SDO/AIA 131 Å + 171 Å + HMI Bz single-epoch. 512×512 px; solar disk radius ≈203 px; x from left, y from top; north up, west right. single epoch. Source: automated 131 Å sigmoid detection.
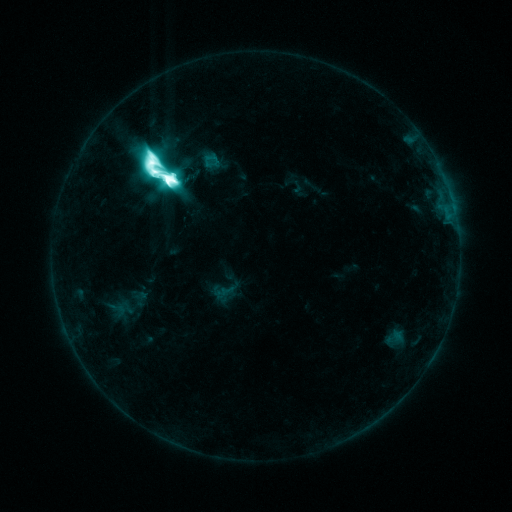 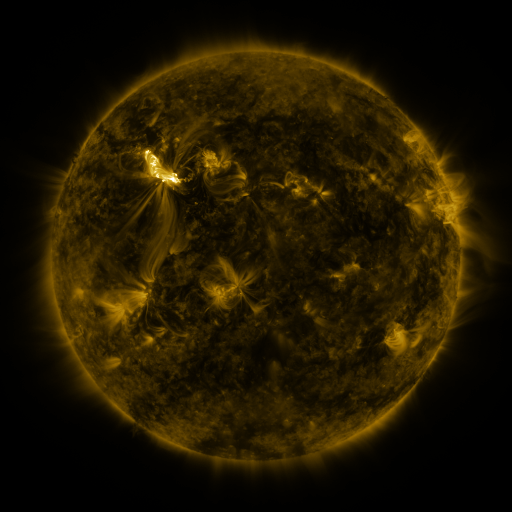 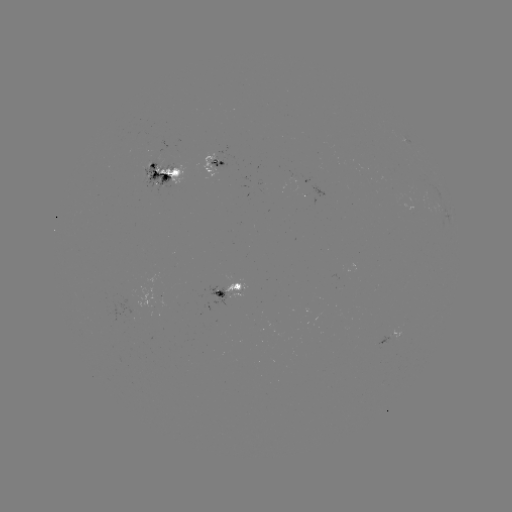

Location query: sigmoid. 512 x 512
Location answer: [160, 170].